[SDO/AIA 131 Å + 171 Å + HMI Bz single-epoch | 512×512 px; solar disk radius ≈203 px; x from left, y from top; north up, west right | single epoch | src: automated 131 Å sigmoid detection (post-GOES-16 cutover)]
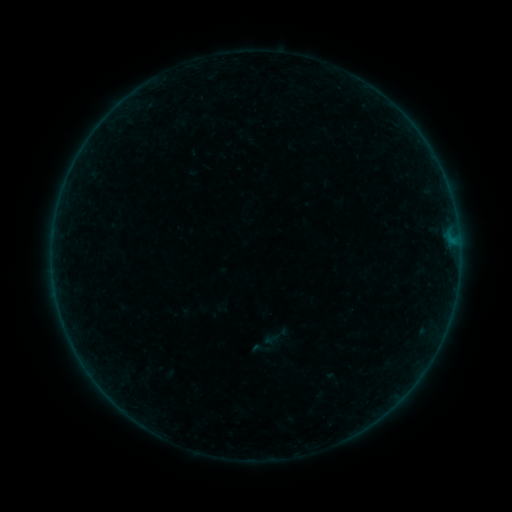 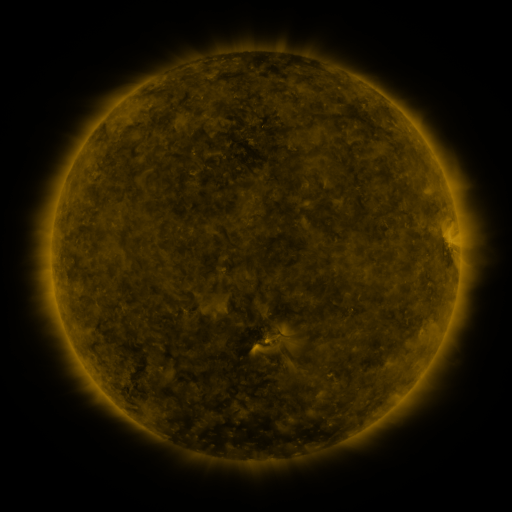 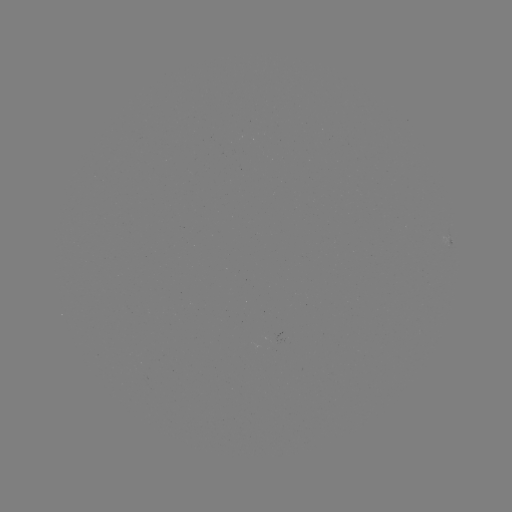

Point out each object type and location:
sigmoid: (261, 348)
